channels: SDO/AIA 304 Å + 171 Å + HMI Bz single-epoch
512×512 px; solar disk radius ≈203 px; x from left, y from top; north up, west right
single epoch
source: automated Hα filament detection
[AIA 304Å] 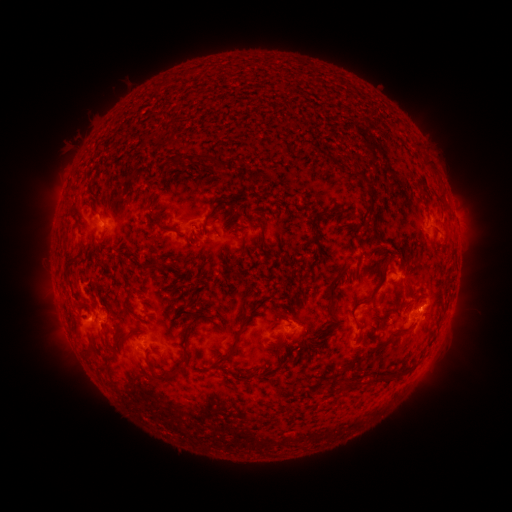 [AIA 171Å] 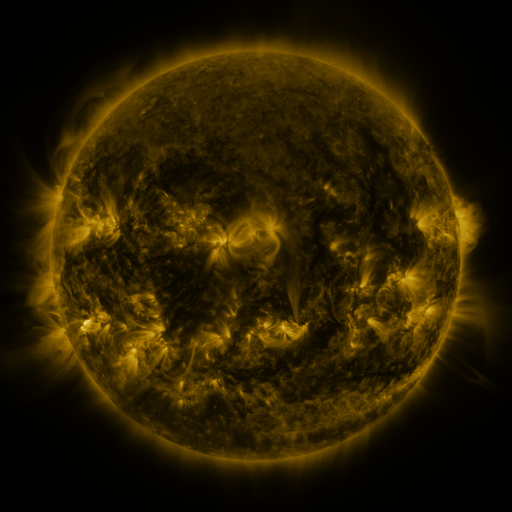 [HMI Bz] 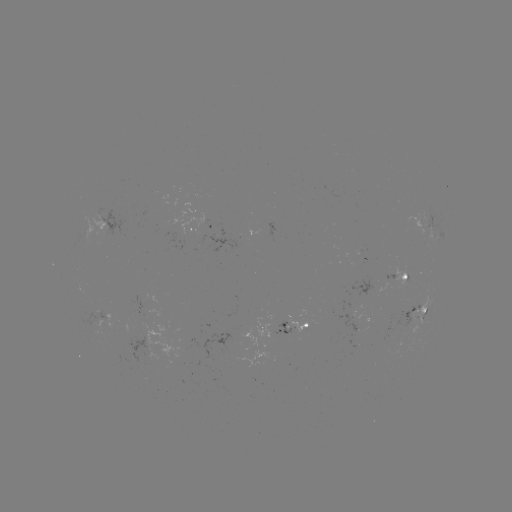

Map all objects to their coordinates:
filament: (178, 161)
filament: (426, 161)
filament: (214, 164)
filament: (357, 172)
filament: (368, 191)
filament: (222, 203)
filament: (162, 229)
filament: (204, 231)
filament: (263, 239)
filament: (243, 244)
filament: (153, 266)
filament: (68, 271)
filament: (190, 274)
filament: (333, 281)
filament: (375, 291)
filament: (84, 310)
filament: (353, 312)
filament: (138, 318)
filament: (190, 326)
filament: (308, 332)
filament: (401, 332)
filament: (378, 345)
filament: (234, 350)
filament: (354, 363)
filament: (99, 371)
filament: (245, 371)
filament: (396, 372)
filament: (379, 376)
filament: (169, 377)
filament: (349, 384)
